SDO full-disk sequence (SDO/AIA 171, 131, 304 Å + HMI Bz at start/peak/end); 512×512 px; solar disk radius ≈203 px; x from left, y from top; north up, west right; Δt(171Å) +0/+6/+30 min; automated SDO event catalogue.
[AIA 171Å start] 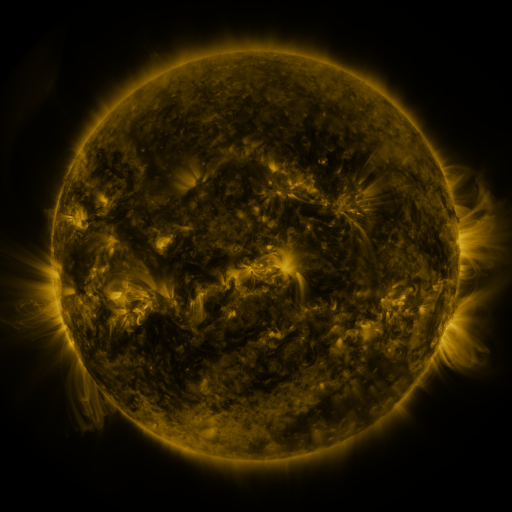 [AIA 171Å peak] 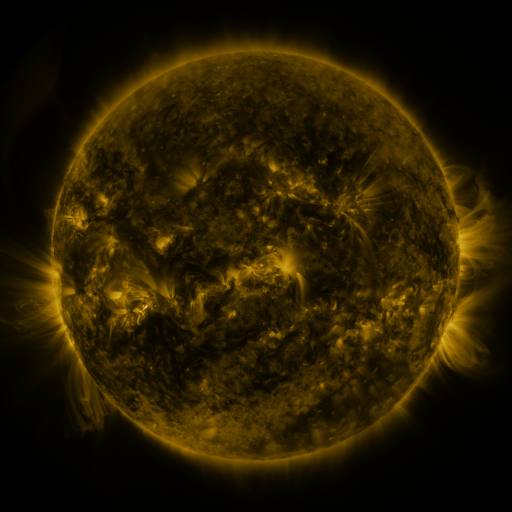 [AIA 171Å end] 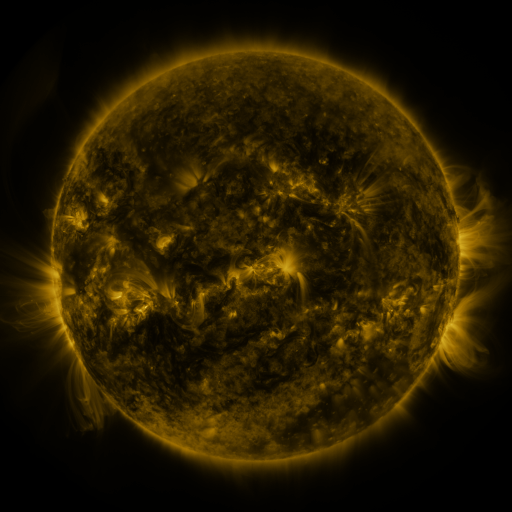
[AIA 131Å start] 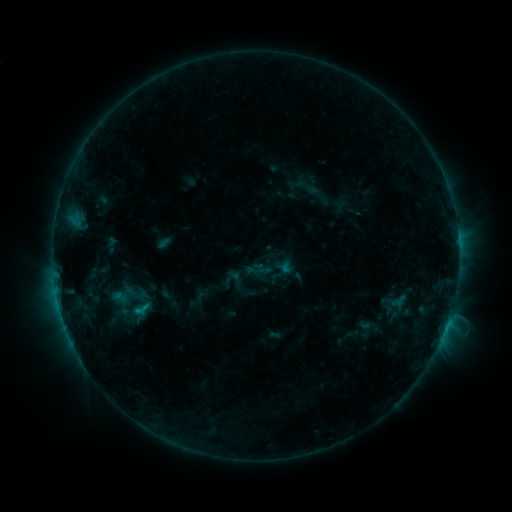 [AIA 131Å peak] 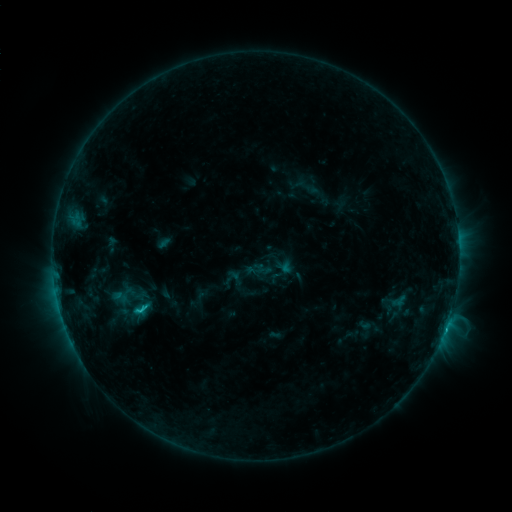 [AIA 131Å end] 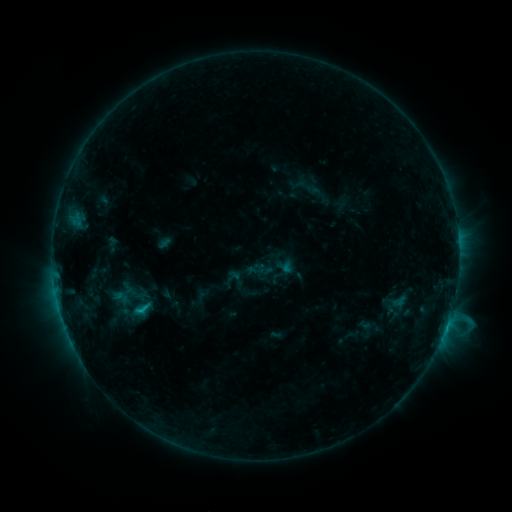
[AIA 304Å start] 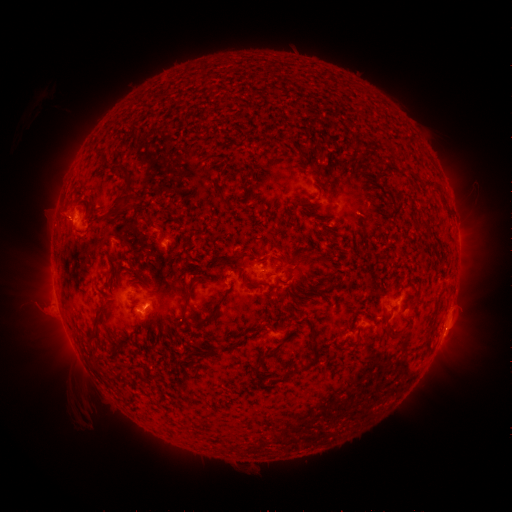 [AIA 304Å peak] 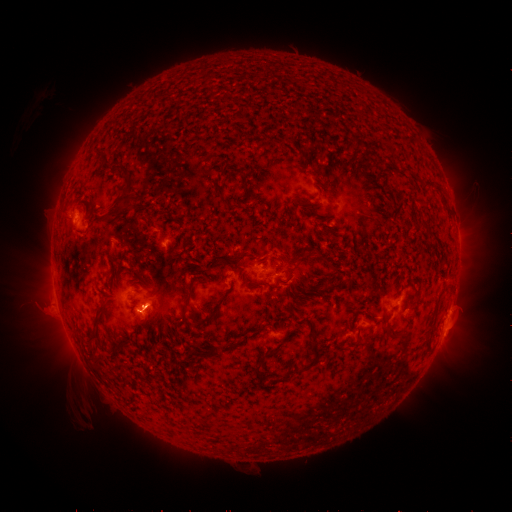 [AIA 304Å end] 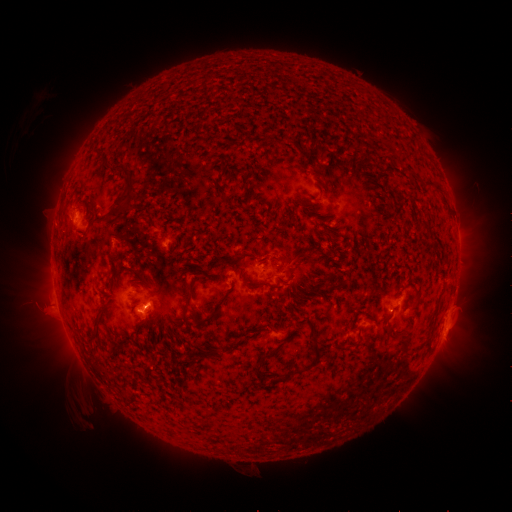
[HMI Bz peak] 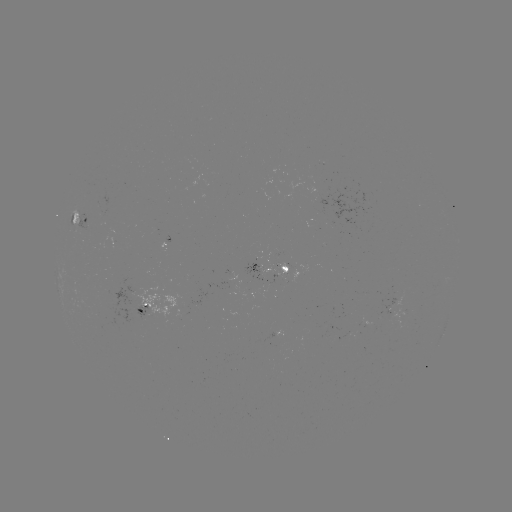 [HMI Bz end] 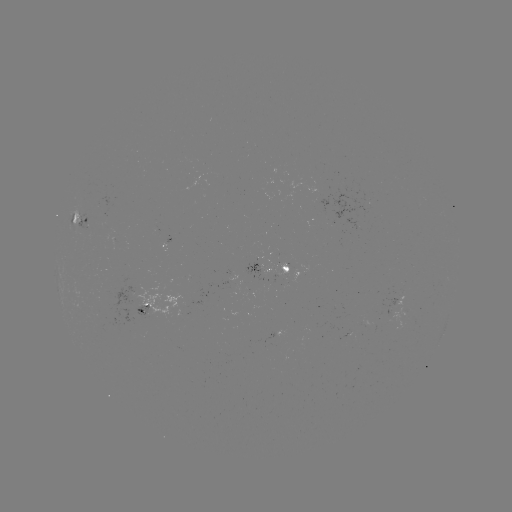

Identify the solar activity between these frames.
C2.0 flare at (143, 308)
